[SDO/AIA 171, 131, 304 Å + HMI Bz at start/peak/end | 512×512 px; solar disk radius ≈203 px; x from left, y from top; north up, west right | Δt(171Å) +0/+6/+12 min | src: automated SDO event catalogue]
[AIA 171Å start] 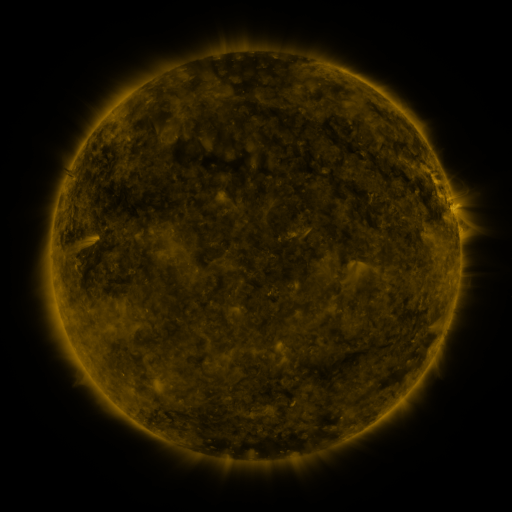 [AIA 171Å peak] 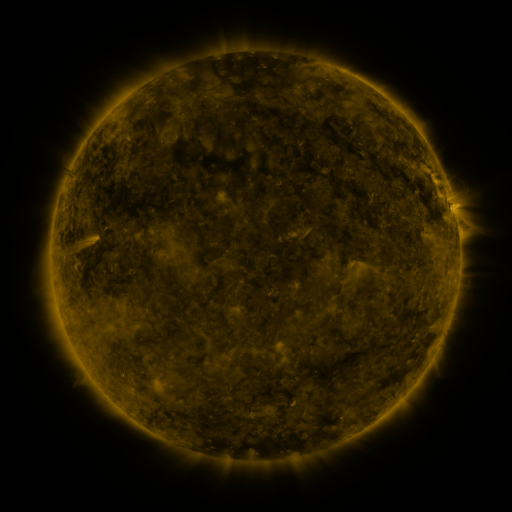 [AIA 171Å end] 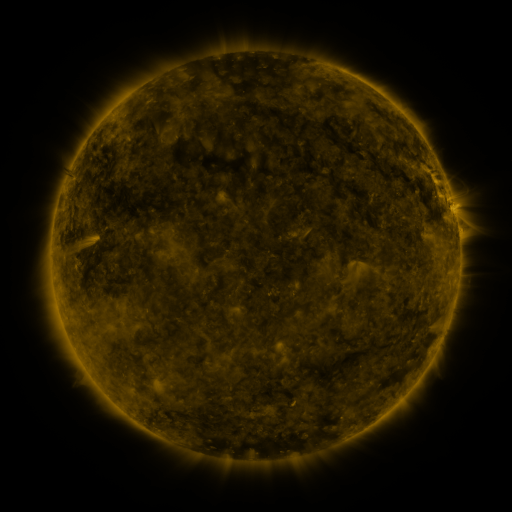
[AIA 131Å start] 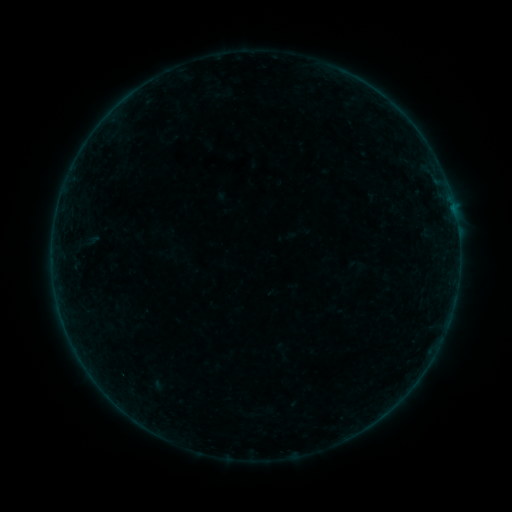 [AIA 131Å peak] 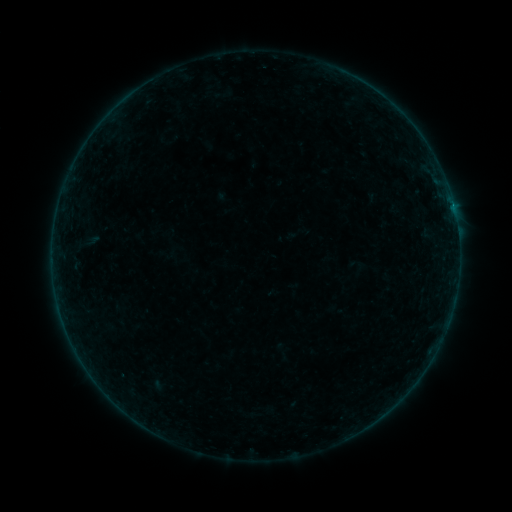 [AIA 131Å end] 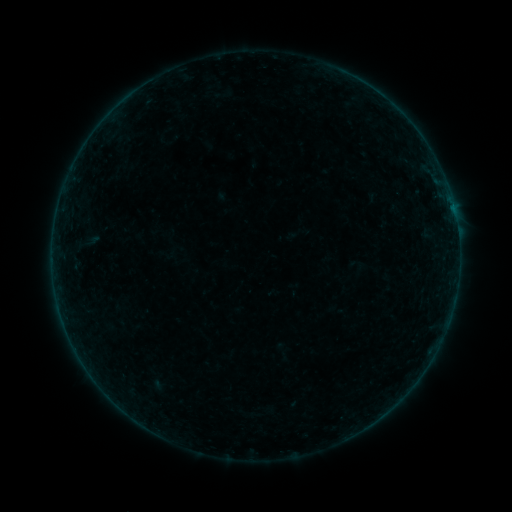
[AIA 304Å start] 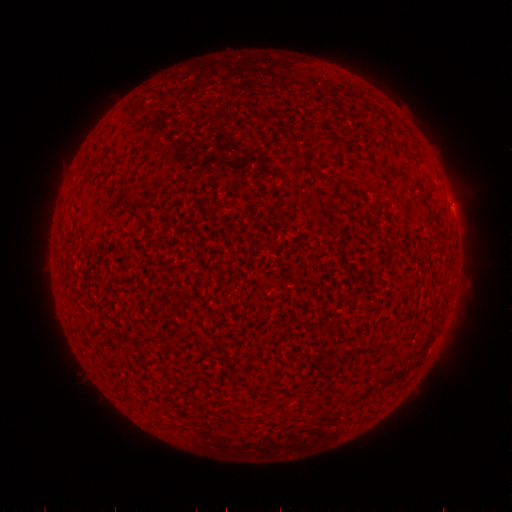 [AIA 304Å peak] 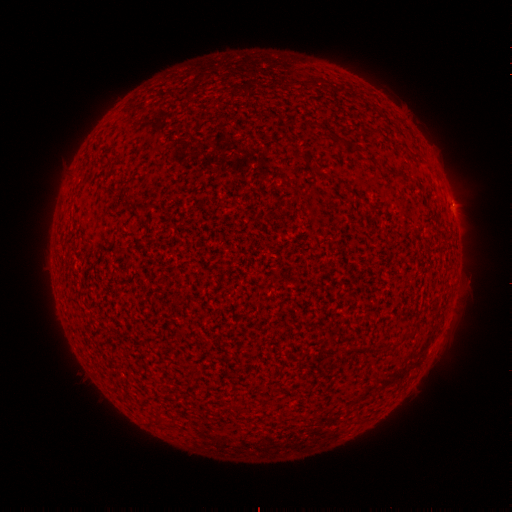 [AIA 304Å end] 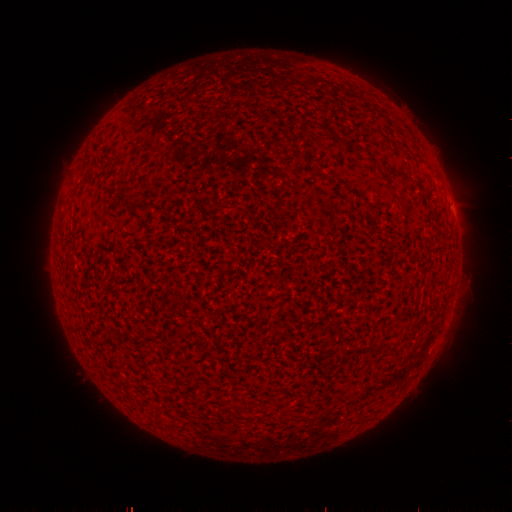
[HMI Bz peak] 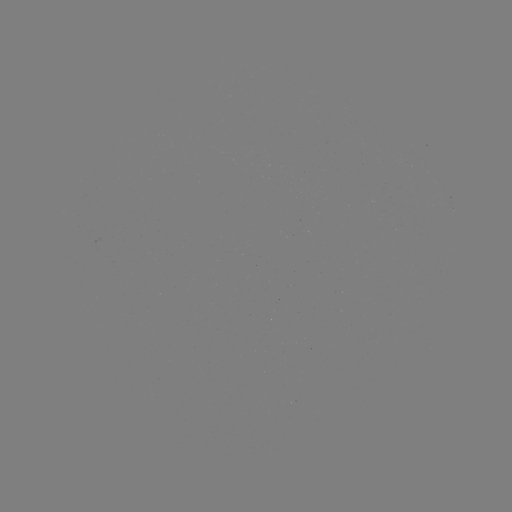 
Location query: B1.0 flare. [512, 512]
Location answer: [453, 206].